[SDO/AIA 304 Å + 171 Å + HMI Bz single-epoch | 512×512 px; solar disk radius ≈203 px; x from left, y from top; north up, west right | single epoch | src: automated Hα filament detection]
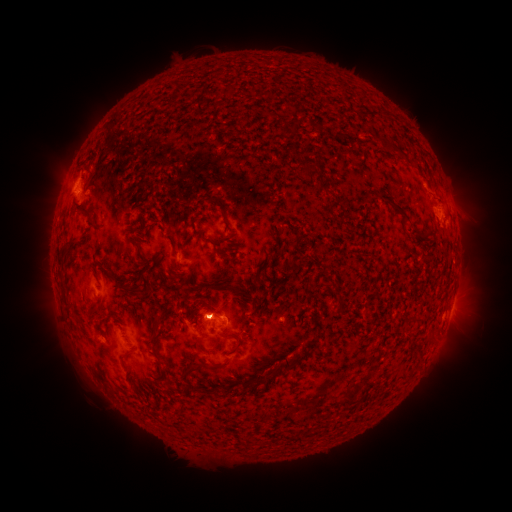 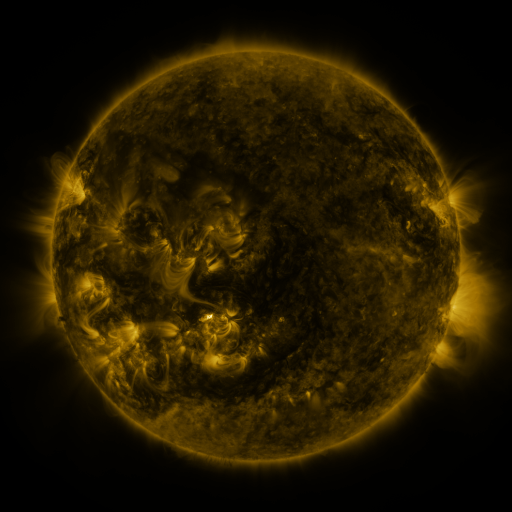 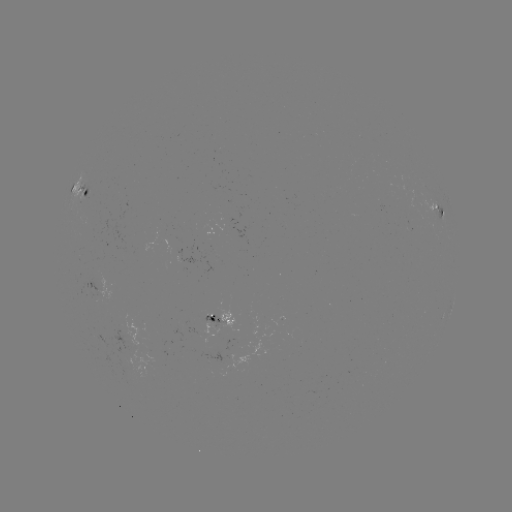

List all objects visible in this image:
filament: (223, 84, 232, 95)
filament: (304, 119, 325, 132)
filament: (384, 140, 394, 151)
filament: (303, 160, 319, 175)
filament: (199, 196, 220, 207)
filament: (388, 198, 420, 235)
filament: (77, 210, 92, 220)
filament: (128, 237, 141, 253)
filament: (70, 239, 79, 247)
filament: (210, 240, 221, 249)
filament: (57, 259, 65, 269)
filament: (97, 263, 110, 277)
filament: (213, 283, 247, 296)
filament: (122, 285, 143, 296)
filament: (151, 315, 167, 340)
filament: (306, 335, 320, 354)
filament: (193, 337, 206, 349)
filament: (212, 337, 221, 350)
filament: (210, 341, 243, 369)
filament: (151, 350, 161, 359)
filament: (121, 351, 133, 363)
filament: (282, 354, 300, 372)
filament: (182, 363, 205, 379)
filament: (361, 367, 376, 383)
filament: (252, 374, 265, 387)
filament: (340, 393, 358, 405)
